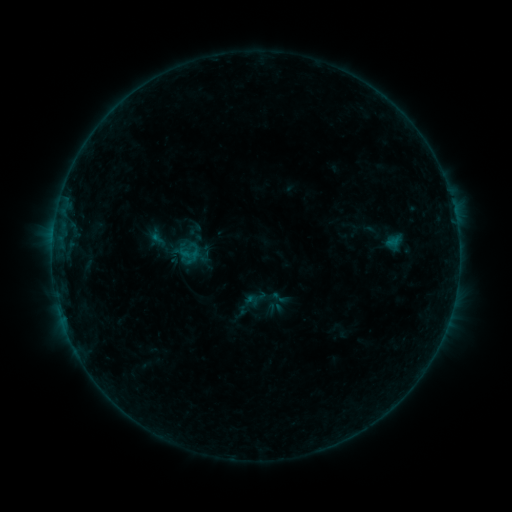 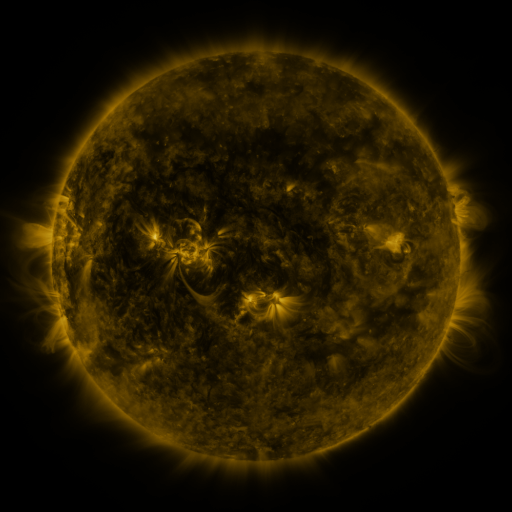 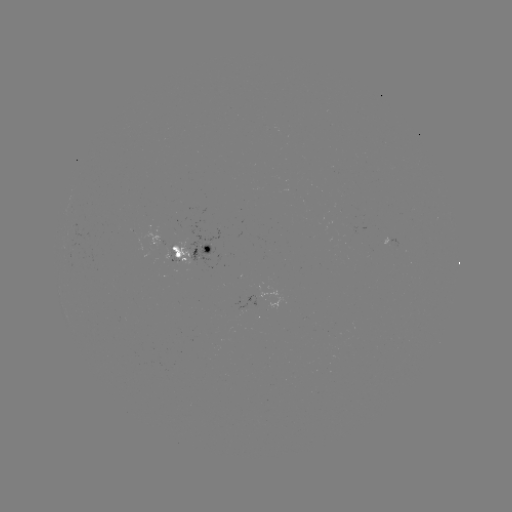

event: sigmoid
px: (279, 298)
